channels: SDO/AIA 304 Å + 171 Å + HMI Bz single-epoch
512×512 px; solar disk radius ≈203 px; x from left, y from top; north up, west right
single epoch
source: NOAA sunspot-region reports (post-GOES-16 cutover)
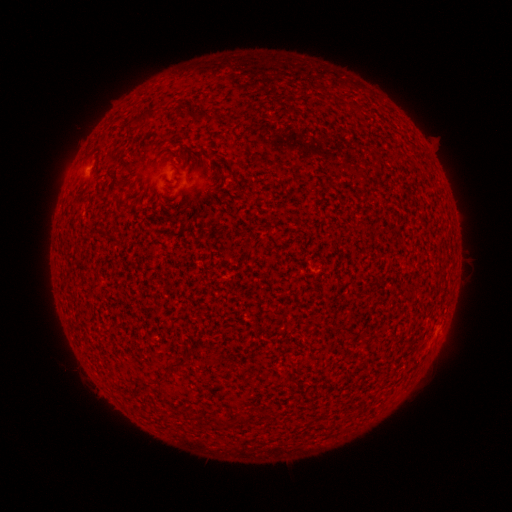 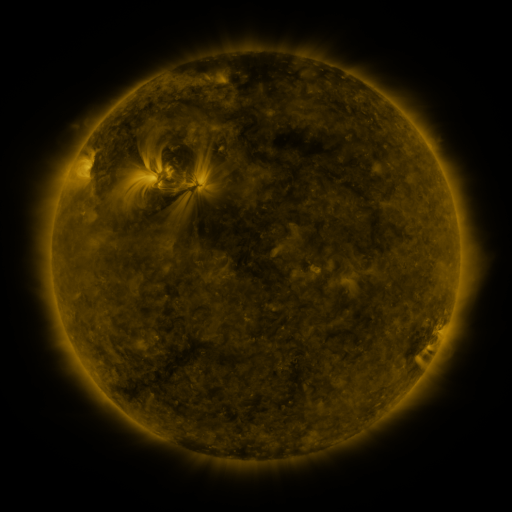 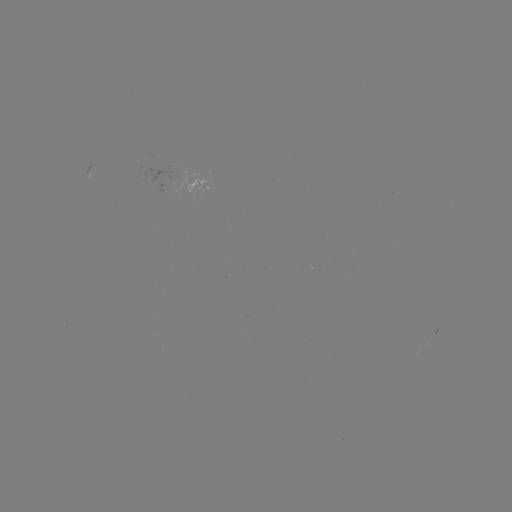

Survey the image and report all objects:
spotted active region: (211, 185)
spotted active region: (437, 334)
